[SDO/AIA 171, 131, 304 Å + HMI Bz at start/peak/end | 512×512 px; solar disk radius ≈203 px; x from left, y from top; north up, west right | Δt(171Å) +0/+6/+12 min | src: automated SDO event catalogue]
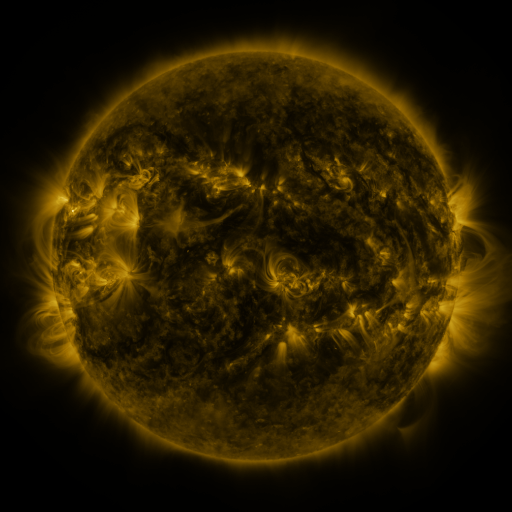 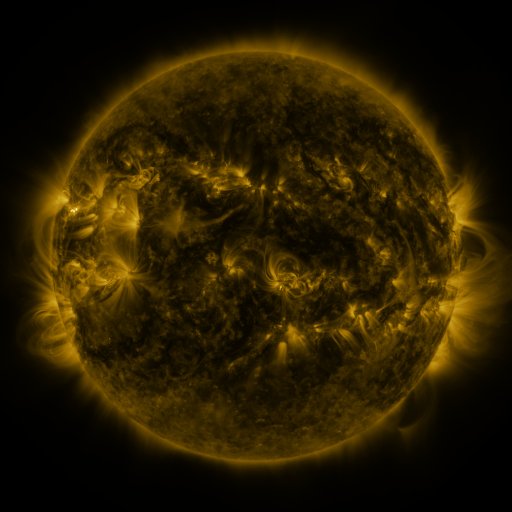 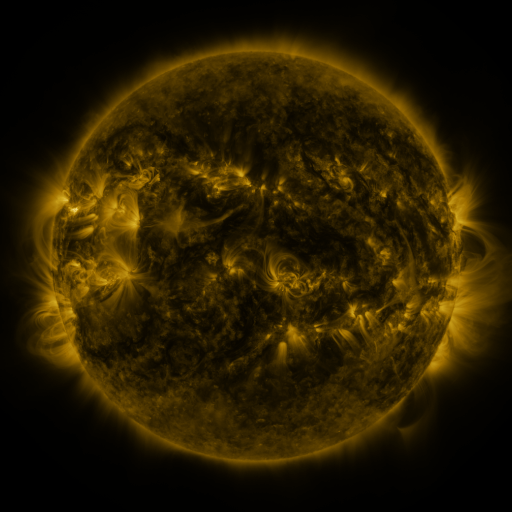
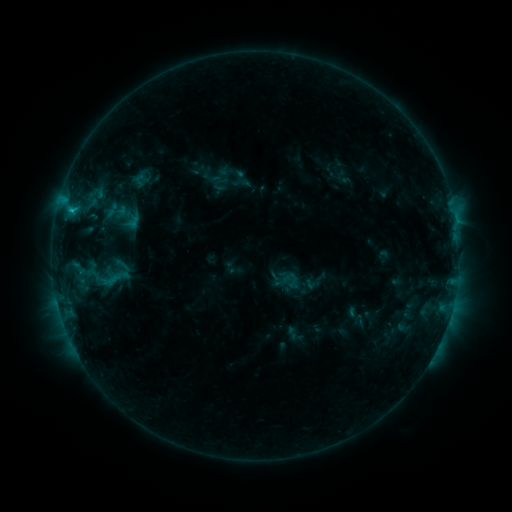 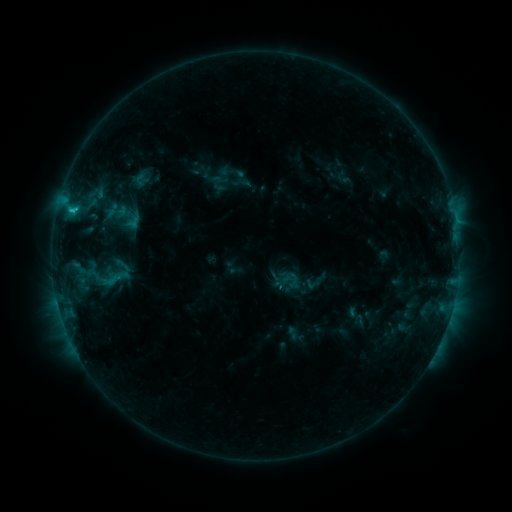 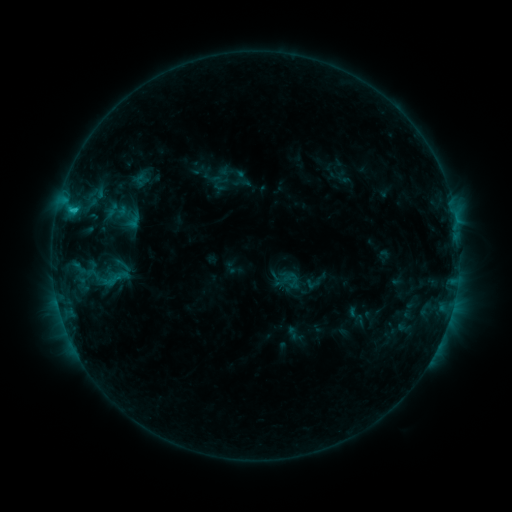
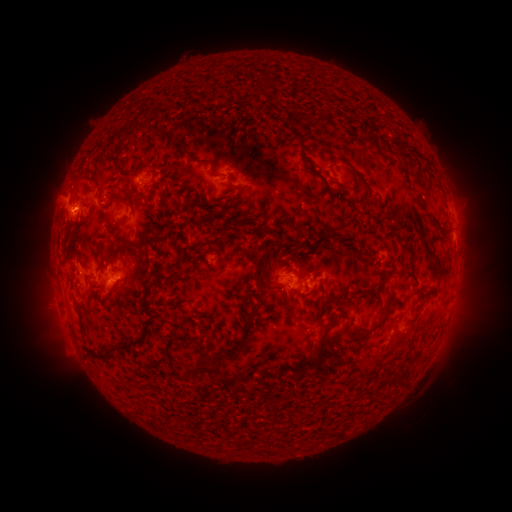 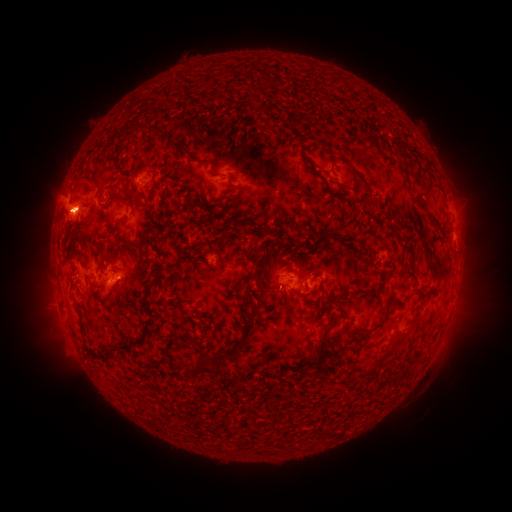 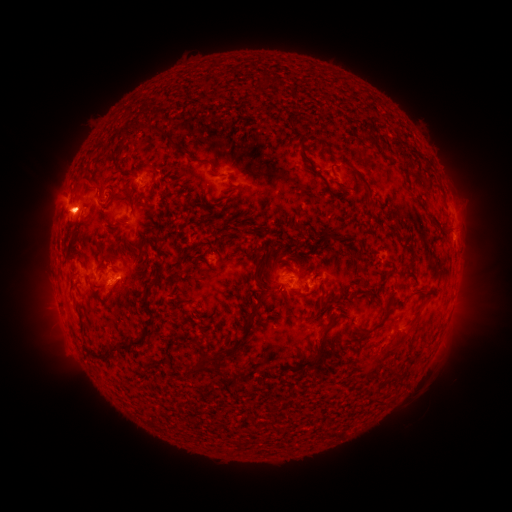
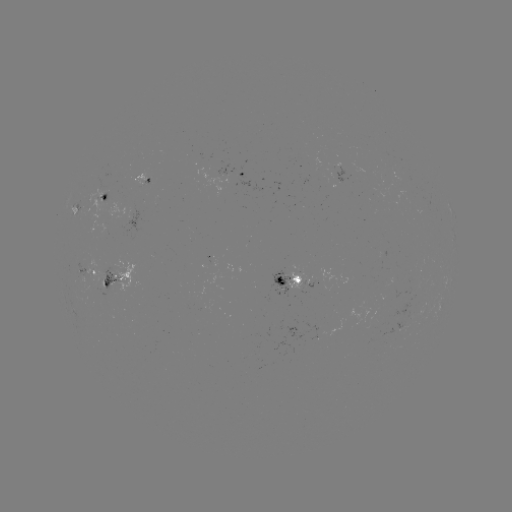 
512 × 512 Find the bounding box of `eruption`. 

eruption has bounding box [25, 189, 103, 243].